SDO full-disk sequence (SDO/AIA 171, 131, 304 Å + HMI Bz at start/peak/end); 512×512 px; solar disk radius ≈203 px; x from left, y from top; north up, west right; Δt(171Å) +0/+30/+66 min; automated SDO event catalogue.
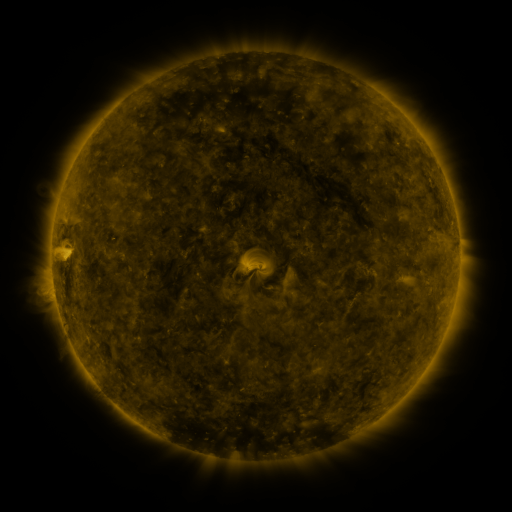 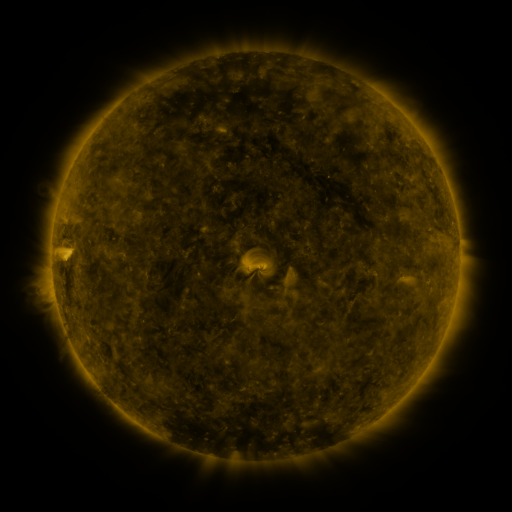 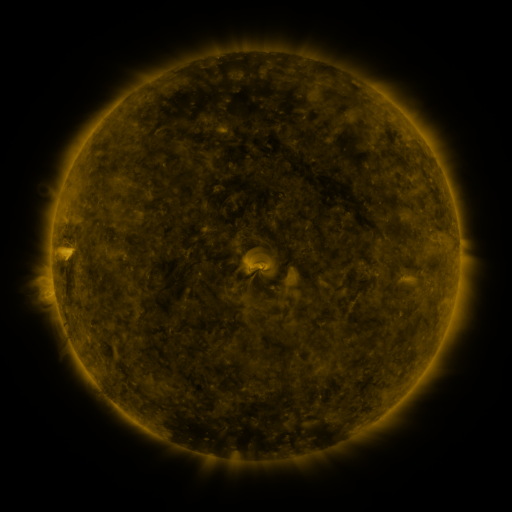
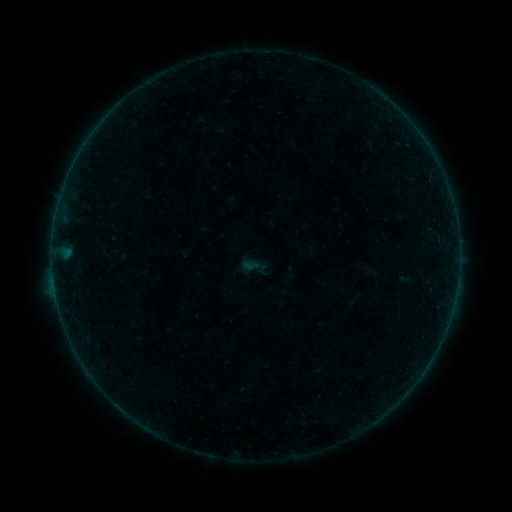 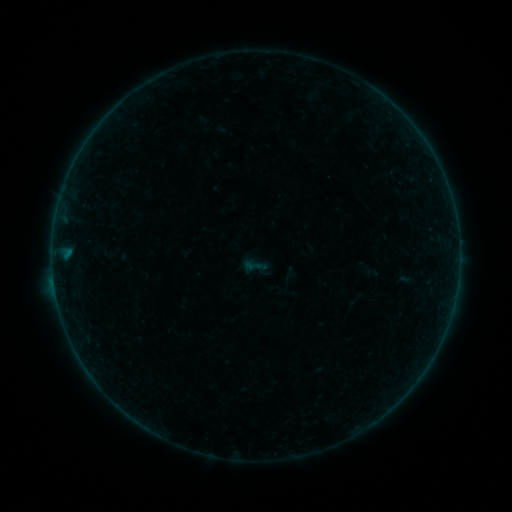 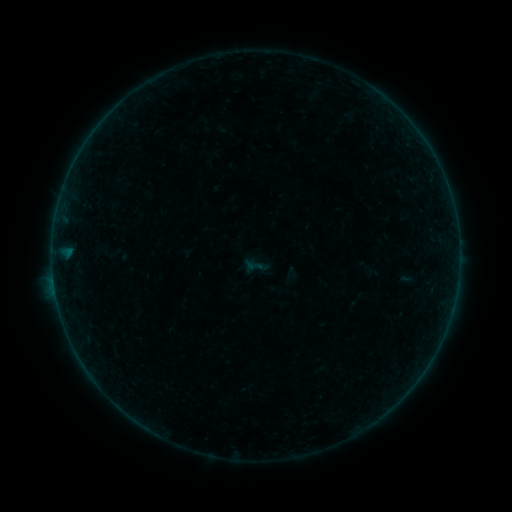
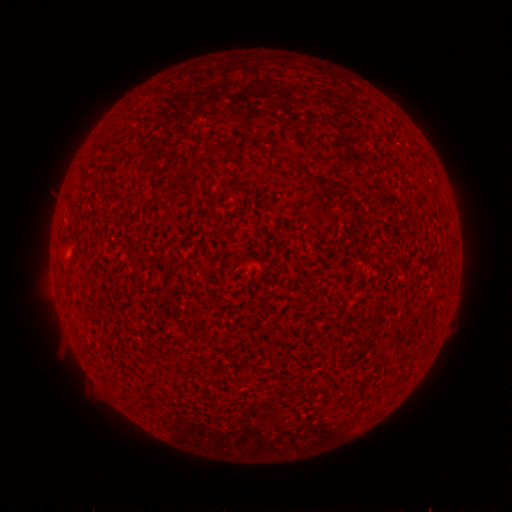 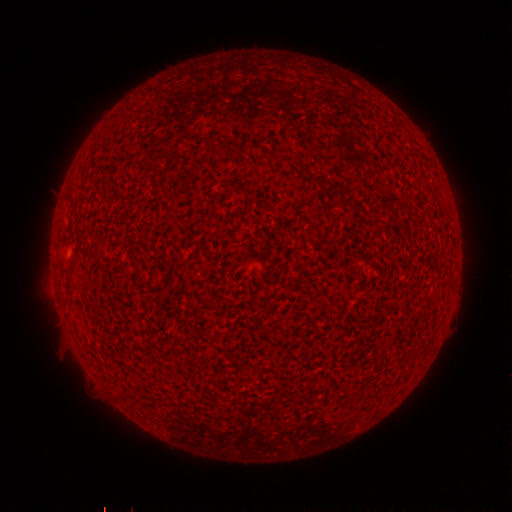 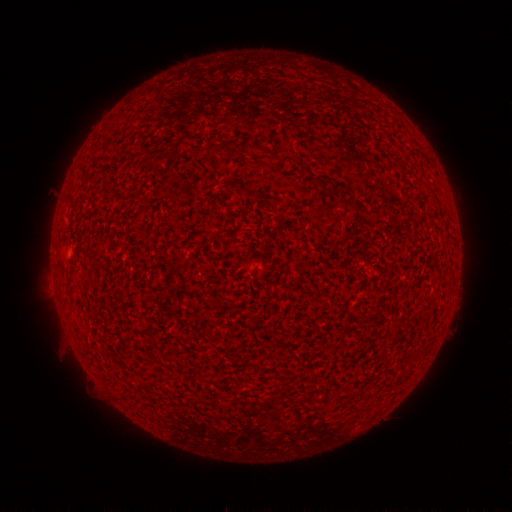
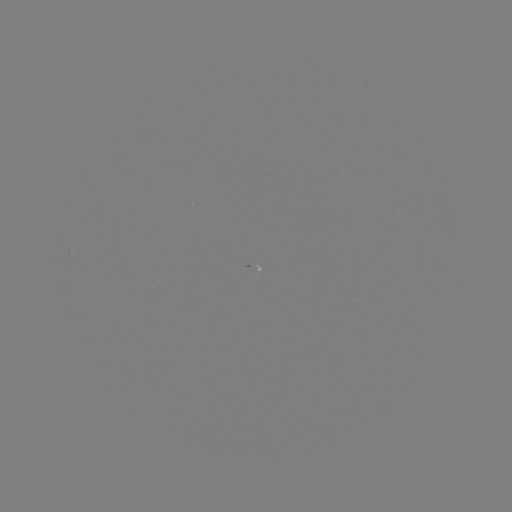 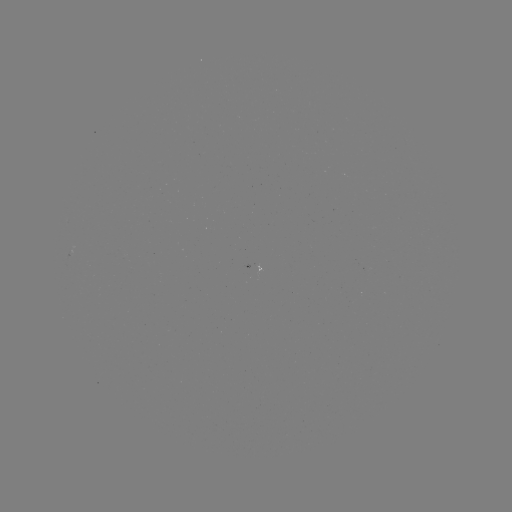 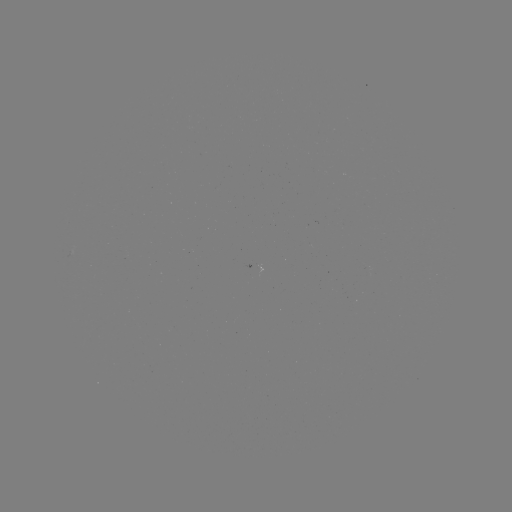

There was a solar flare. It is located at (54, 280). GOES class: A8.9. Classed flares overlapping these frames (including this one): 1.